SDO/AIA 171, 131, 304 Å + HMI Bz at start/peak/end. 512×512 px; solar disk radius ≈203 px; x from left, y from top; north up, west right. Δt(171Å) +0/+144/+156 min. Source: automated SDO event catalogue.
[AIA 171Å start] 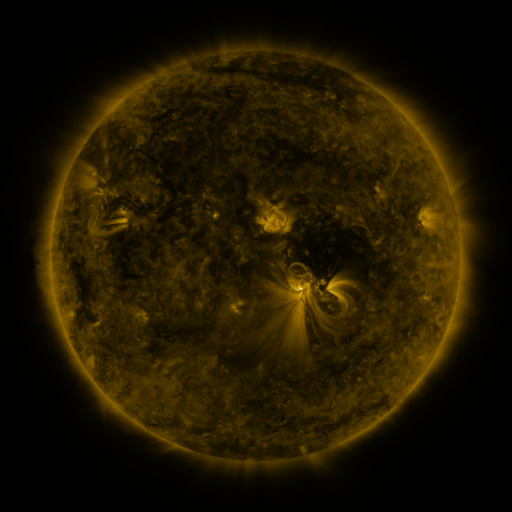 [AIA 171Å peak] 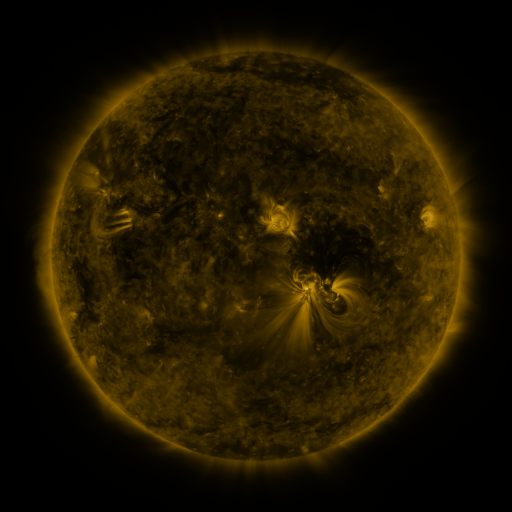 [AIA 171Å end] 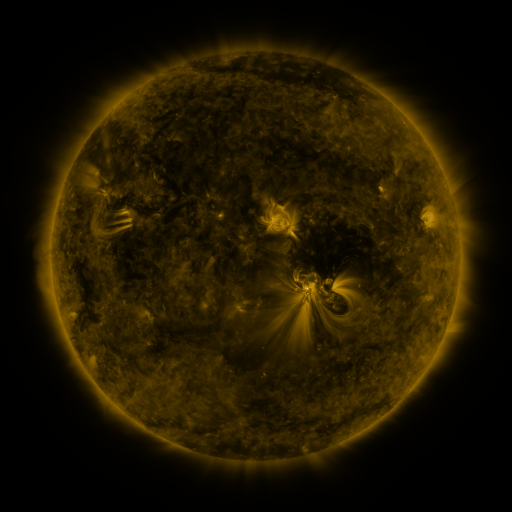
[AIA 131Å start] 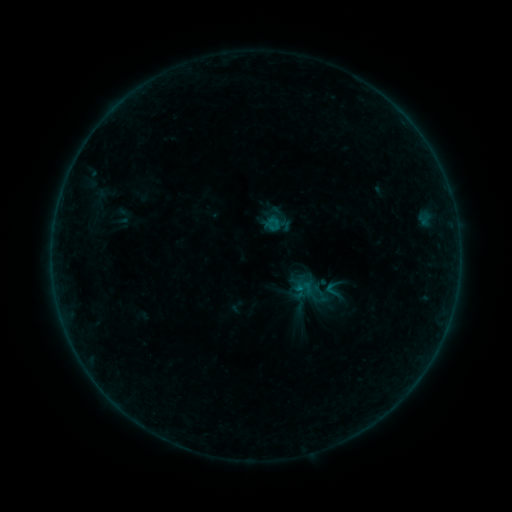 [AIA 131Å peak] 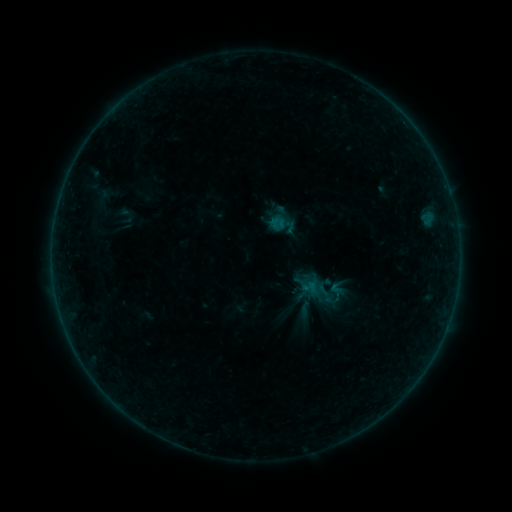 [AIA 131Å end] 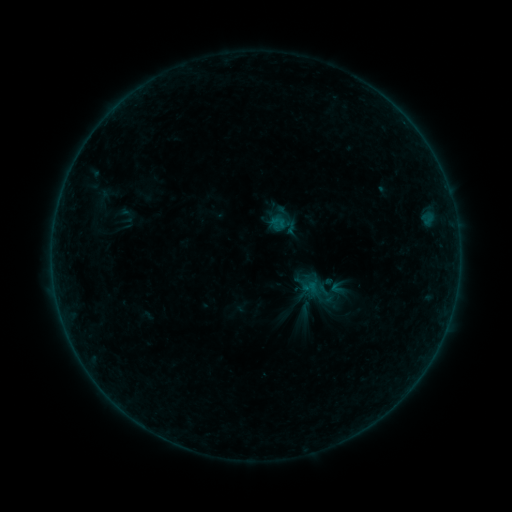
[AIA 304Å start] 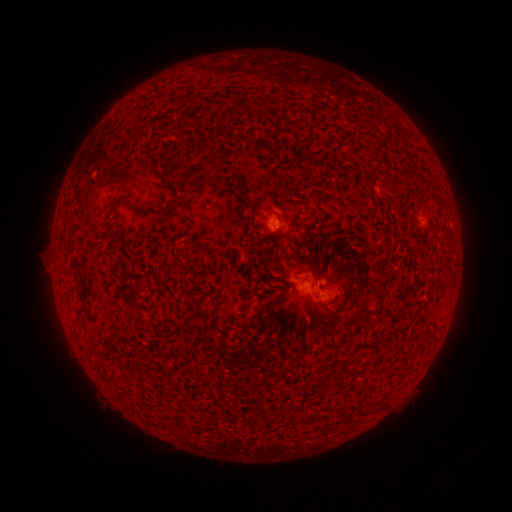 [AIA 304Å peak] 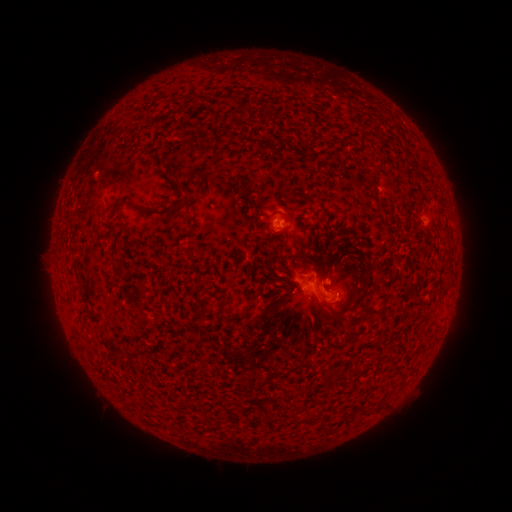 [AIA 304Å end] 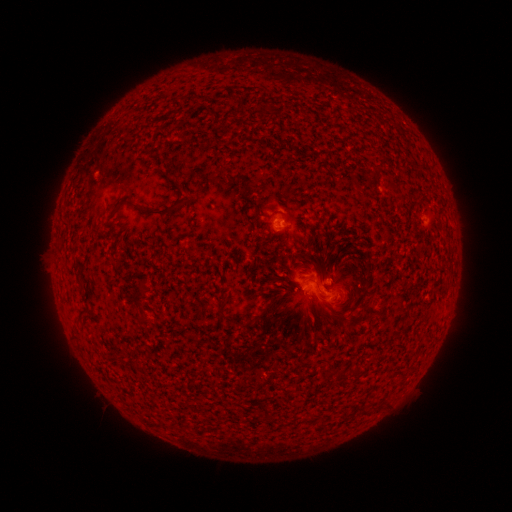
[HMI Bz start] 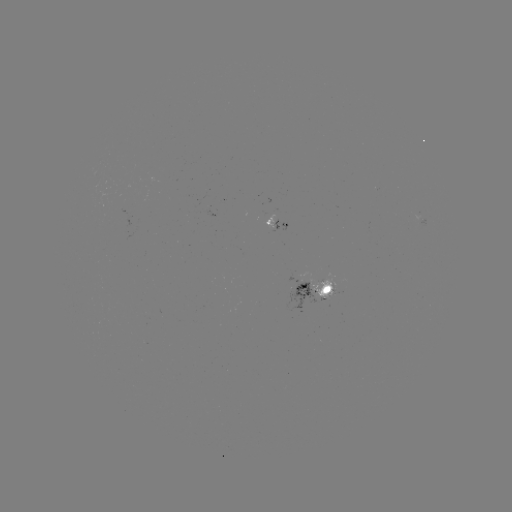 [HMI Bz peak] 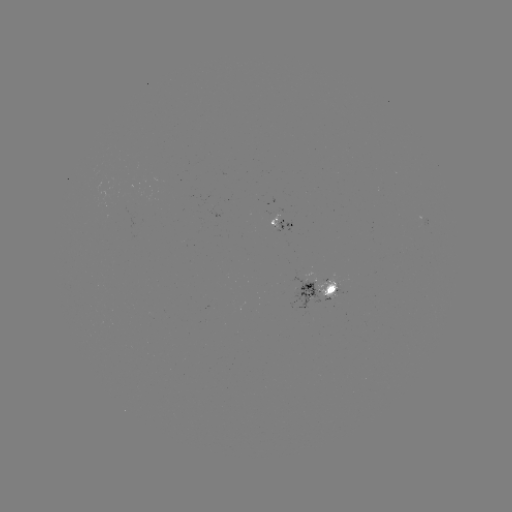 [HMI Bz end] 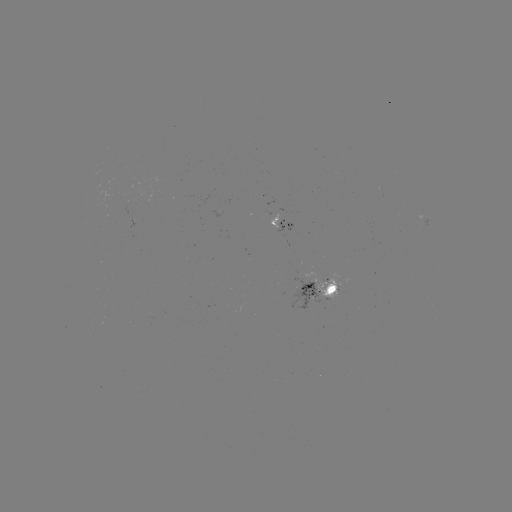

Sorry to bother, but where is emerging-flux region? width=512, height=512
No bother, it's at (324, 289).